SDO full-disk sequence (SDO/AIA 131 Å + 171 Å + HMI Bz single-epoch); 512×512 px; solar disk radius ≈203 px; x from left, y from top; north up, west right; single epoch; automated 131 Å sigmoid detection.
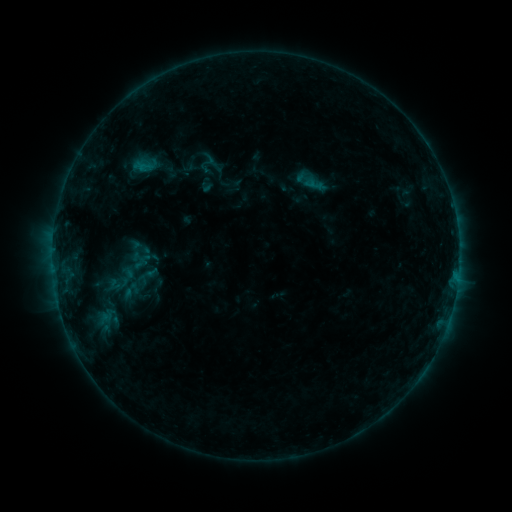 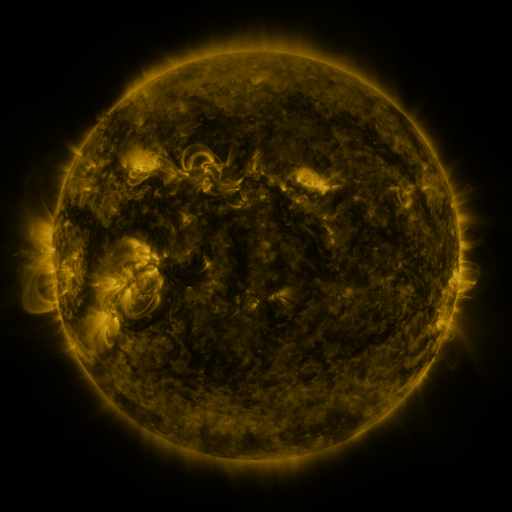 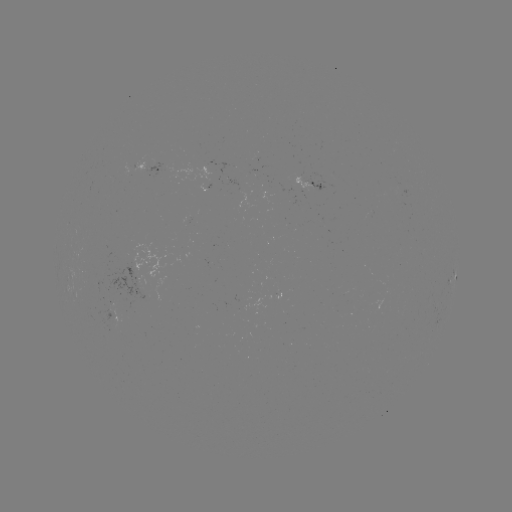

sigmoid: [132, 152, 159, 179]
